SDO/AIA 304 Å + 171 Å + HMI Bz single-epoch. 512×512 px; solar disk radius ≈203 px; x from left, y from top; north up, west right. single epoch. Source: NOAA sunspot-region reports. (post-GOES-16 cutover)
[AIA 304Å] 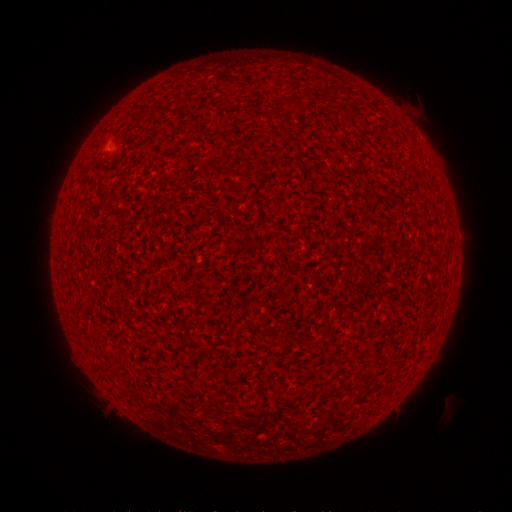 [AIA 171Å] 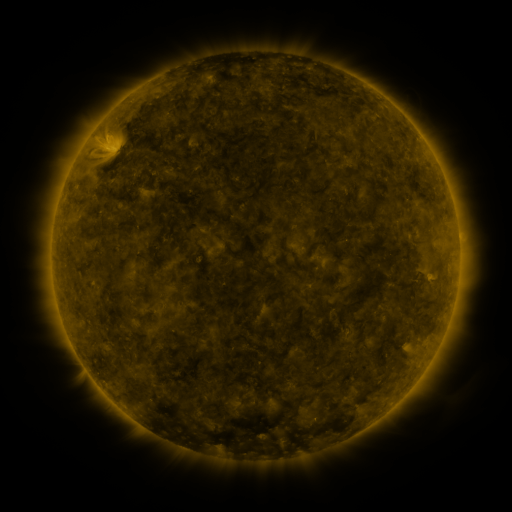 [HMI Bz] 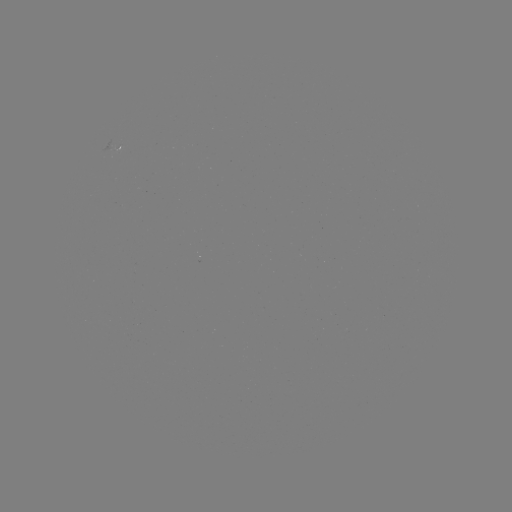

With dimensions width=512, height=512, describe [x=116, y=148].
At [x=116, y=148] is spotted active region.